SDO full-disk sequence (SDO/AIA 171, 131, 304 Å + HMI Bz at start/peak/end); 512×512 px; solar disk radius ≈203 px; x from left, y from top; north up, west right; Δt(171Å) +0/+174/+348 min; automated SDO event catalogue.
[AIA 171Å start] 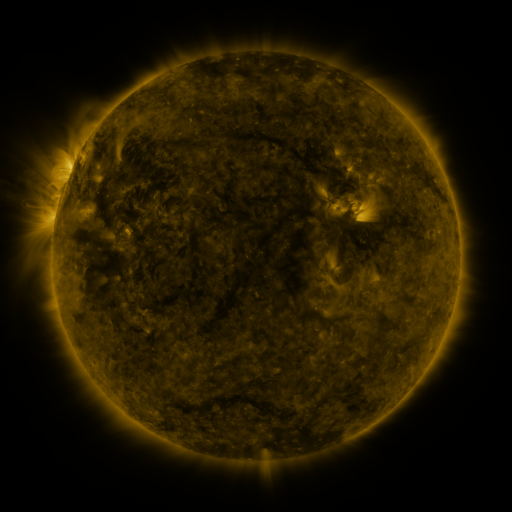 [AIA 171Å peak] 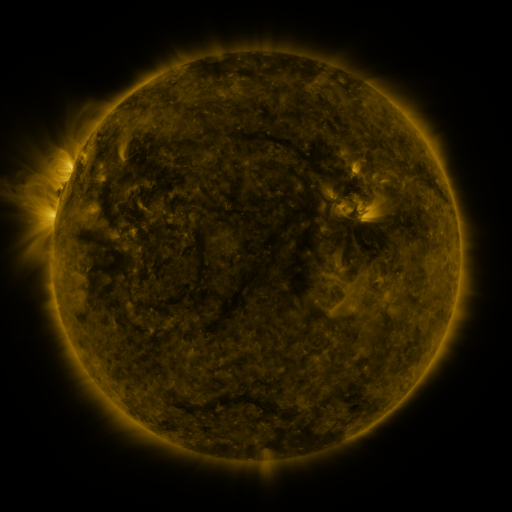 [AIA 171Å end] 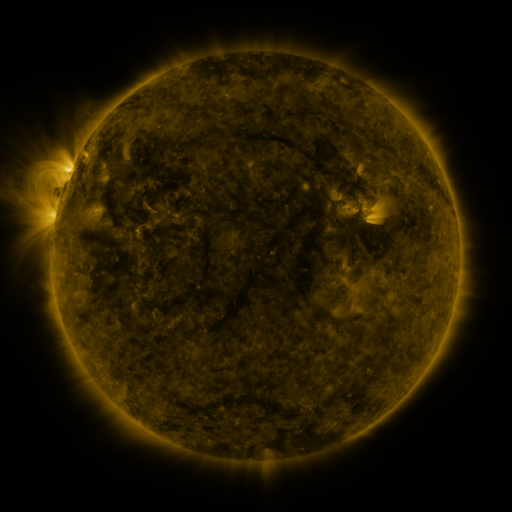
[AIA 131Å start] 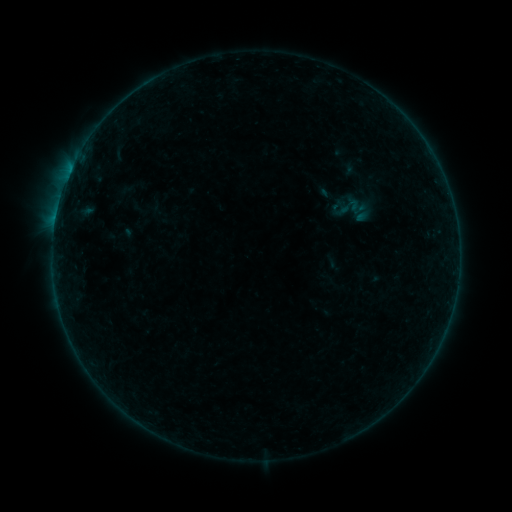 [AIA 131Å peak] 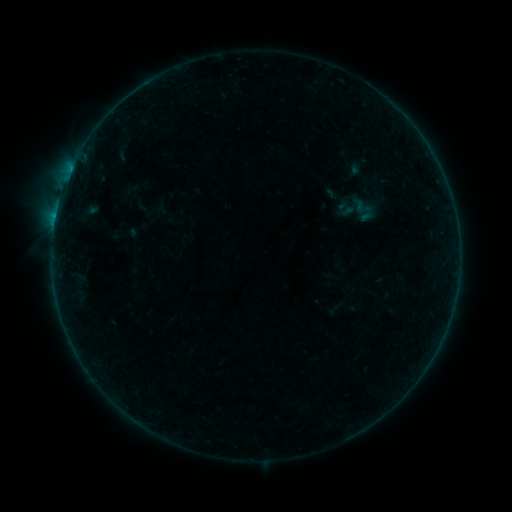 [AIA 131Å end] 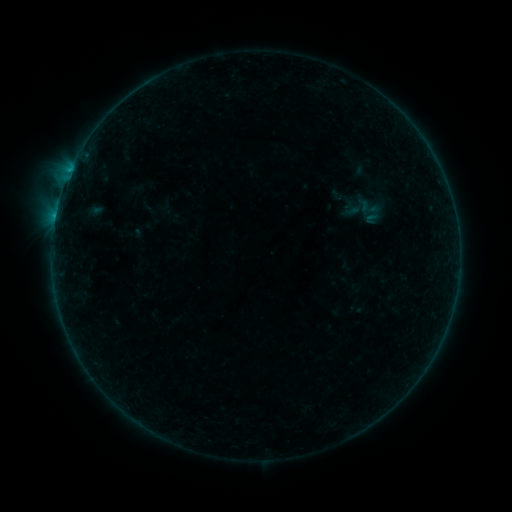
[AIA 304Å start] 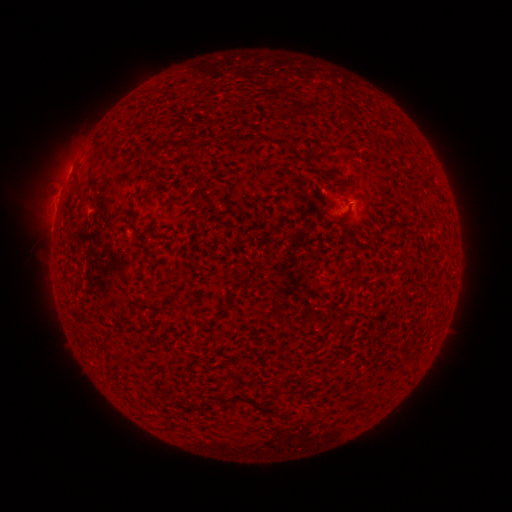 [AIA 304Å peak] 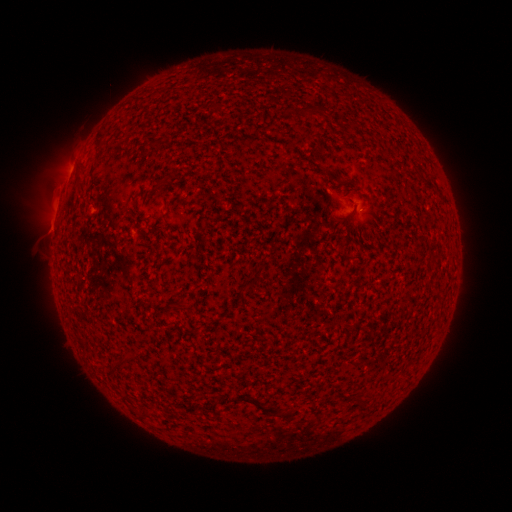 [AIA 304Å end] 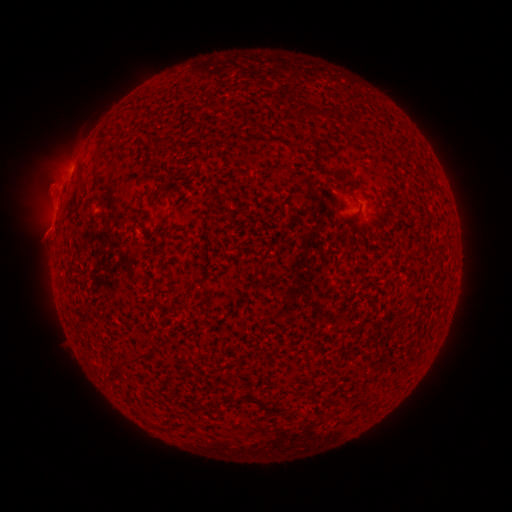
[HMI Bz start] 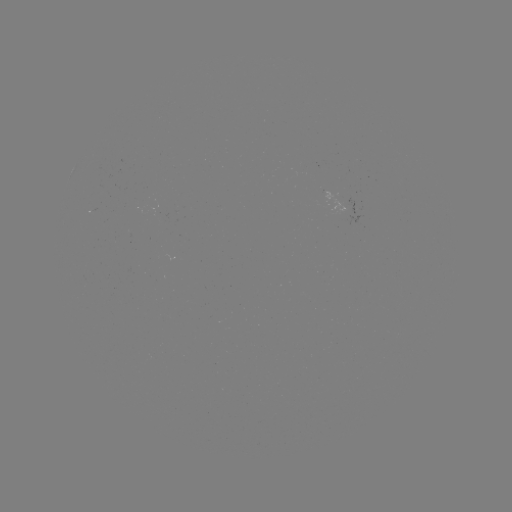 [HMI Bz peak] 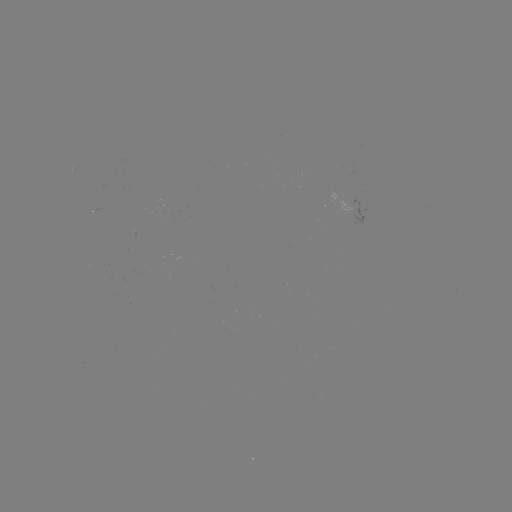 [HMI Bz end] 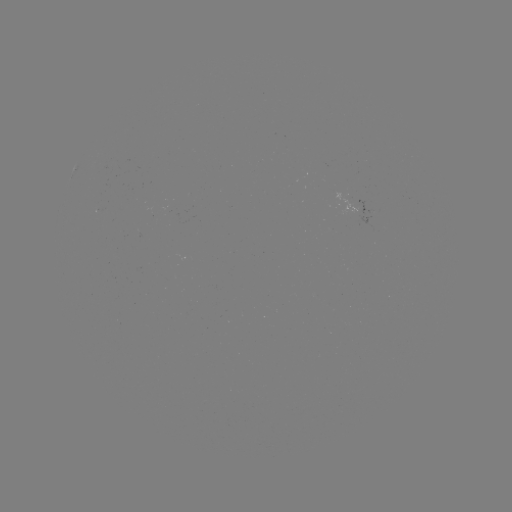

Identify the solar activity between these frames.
filament eruption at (57, 236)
